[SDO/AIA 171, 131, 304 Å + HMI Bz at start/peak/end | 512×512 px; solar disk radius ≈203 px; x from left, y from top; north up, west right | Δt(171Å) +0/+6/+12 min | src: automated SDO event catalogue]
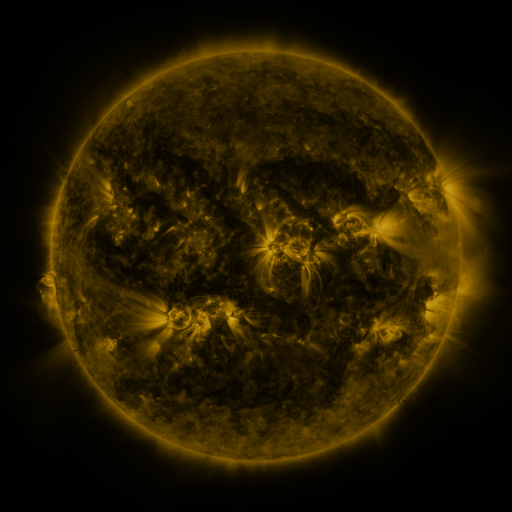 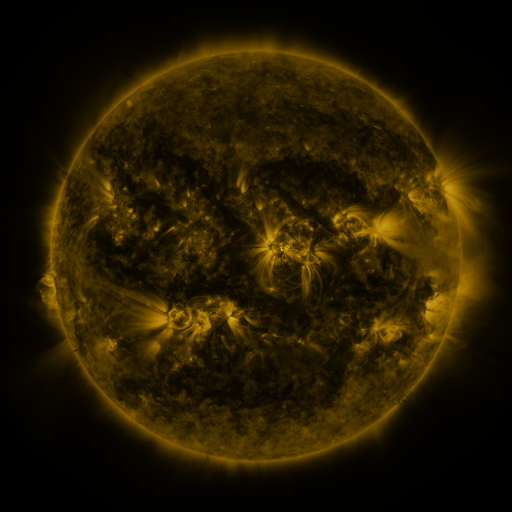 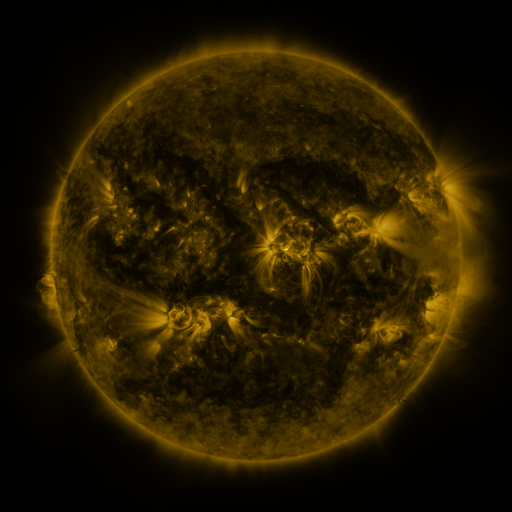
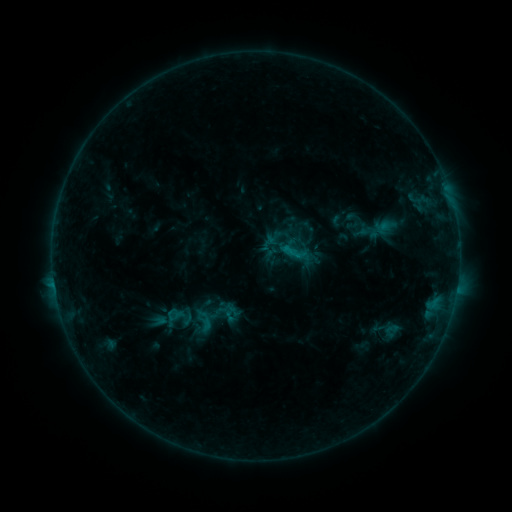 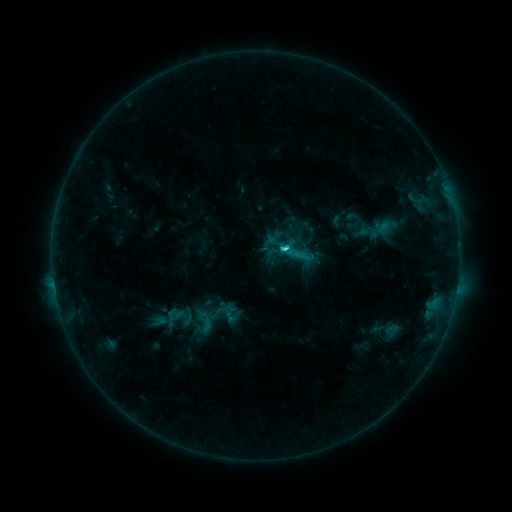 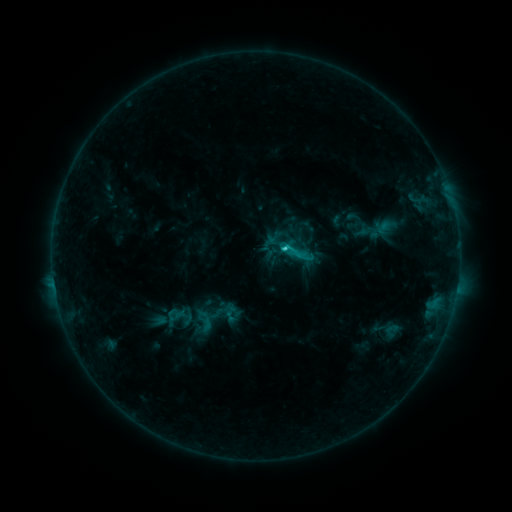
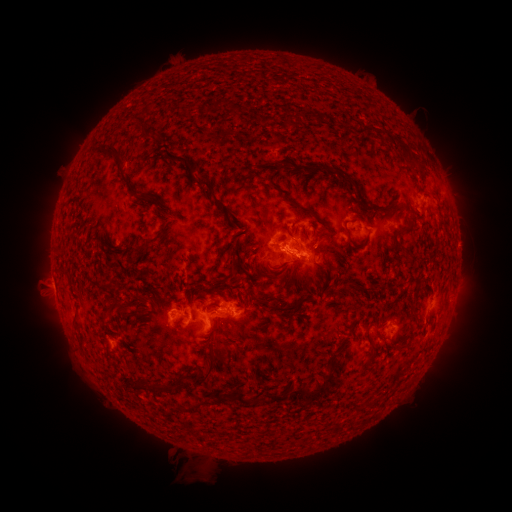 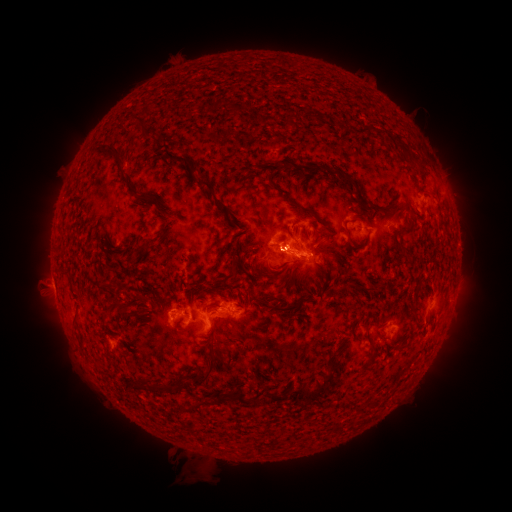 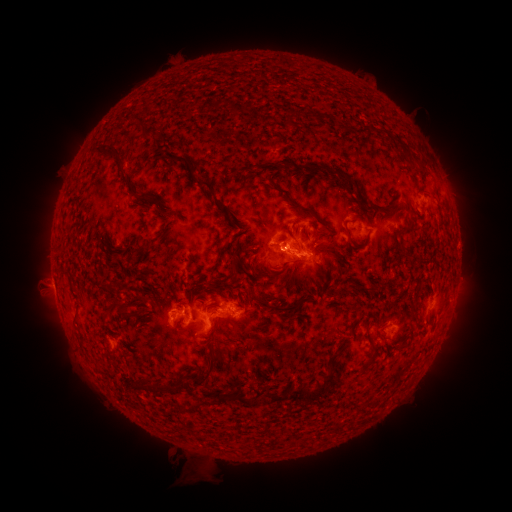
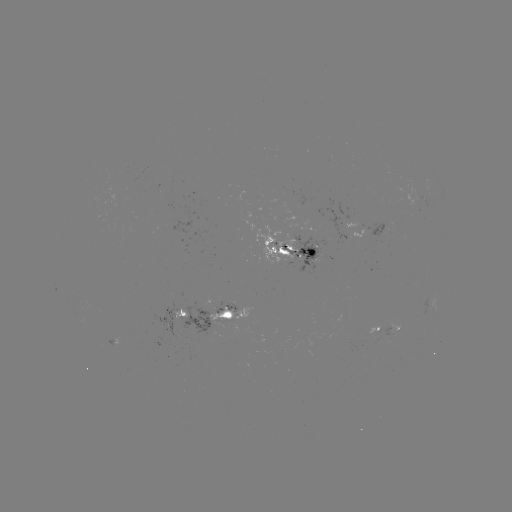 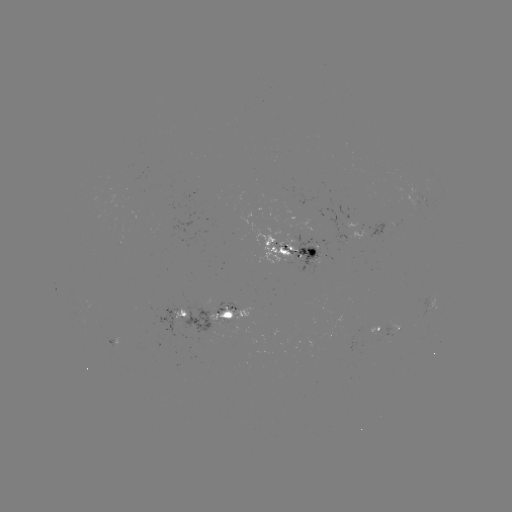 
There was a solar flare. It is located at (284, 249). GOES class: C3.1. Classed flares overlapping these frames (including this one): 1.